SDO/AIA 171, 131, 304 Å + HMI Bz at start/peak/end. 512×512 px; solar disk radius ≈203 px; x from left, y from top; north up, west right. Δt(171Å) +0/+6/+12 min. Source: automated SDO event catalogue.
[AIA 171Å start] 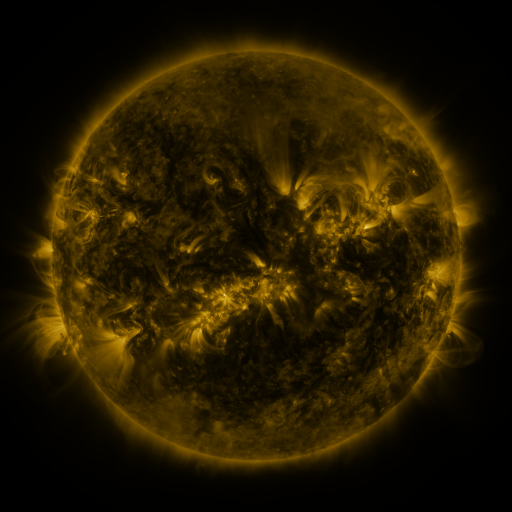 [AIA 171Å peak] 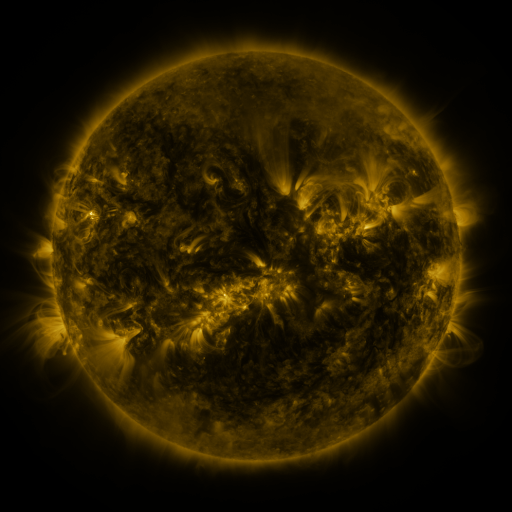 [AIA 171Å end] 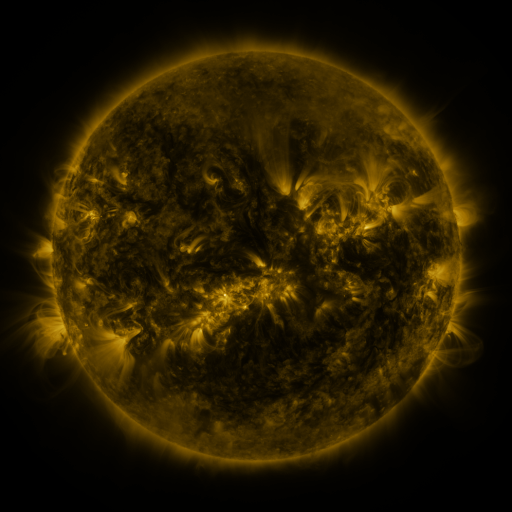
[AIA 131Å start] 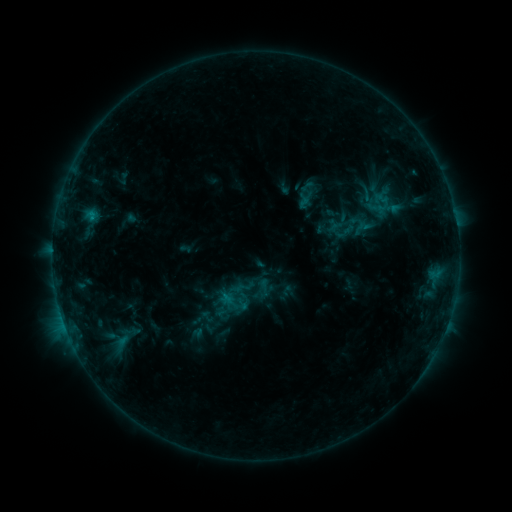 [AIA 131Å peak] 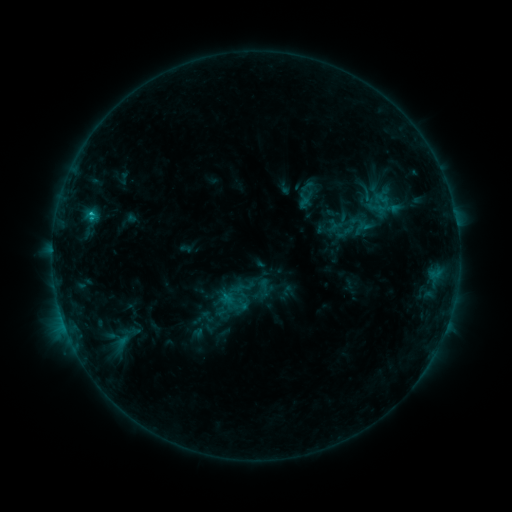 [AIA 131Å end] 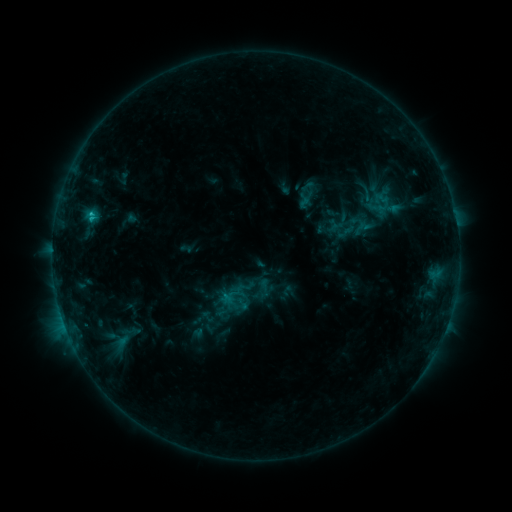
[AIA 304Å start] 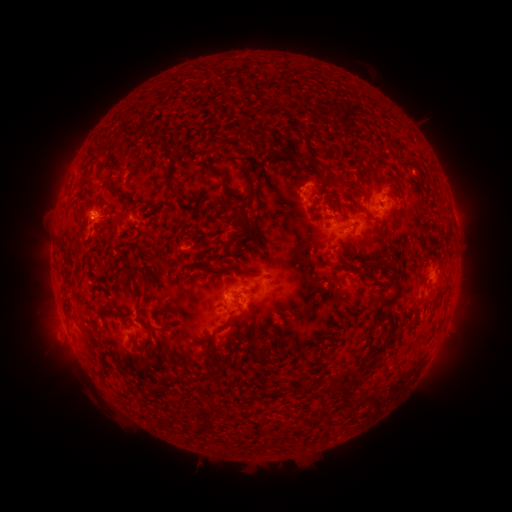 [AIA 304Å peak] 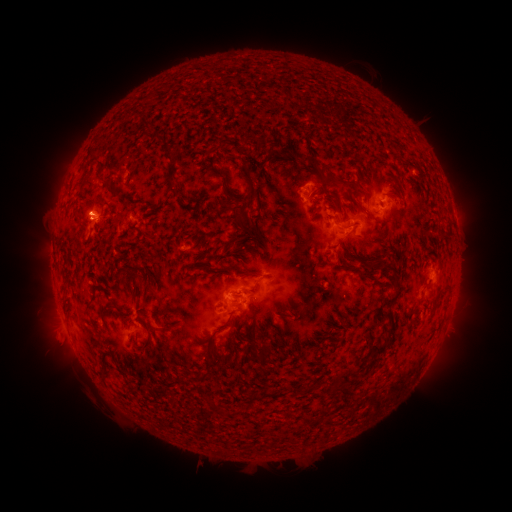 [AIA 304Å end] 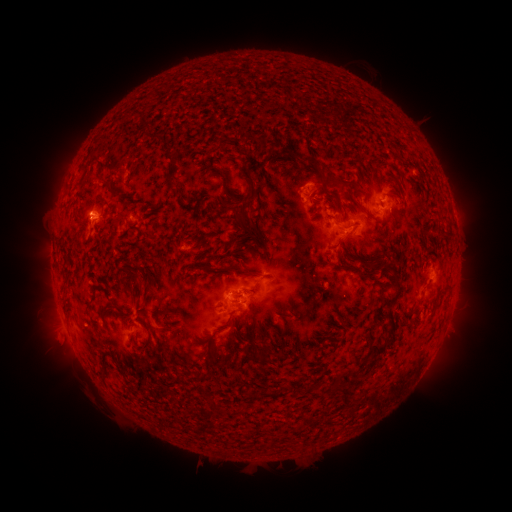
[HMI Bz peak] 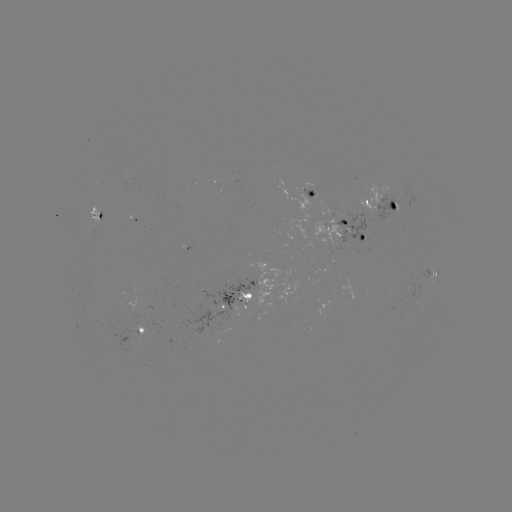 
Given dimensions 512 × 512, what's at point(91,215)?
C1.6 flare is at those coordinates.